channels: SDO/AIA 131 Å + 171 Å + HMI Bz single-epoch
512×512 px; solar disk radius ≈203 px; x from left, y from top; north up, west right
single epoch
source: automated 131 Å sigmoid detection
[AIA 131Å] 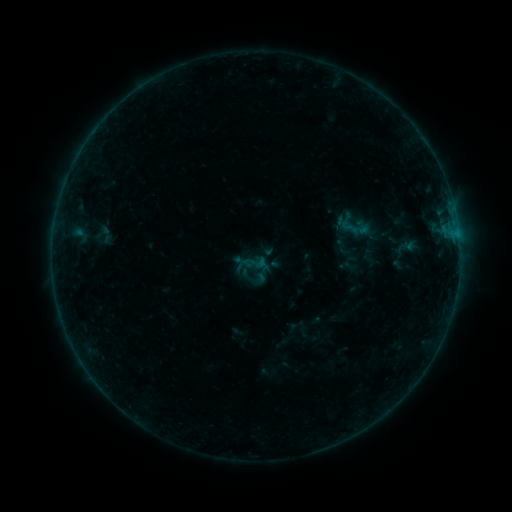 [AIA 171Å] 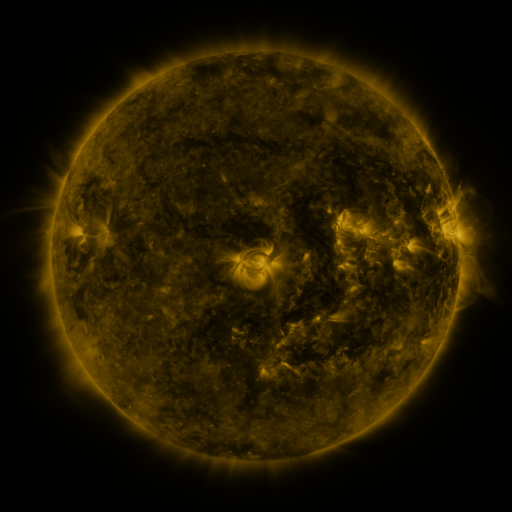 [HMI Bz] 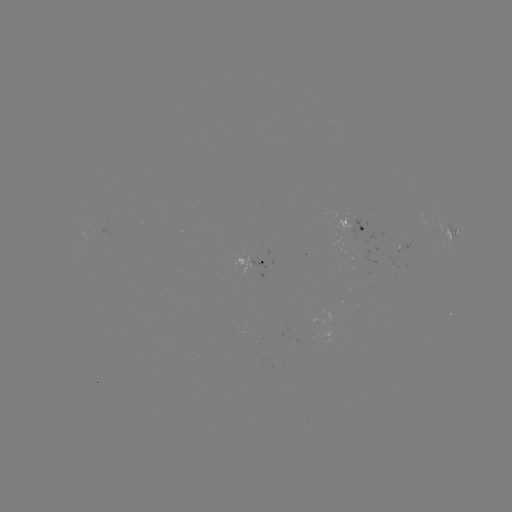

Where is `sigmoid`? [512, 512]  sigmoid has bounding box [250, 254, 267, 271].